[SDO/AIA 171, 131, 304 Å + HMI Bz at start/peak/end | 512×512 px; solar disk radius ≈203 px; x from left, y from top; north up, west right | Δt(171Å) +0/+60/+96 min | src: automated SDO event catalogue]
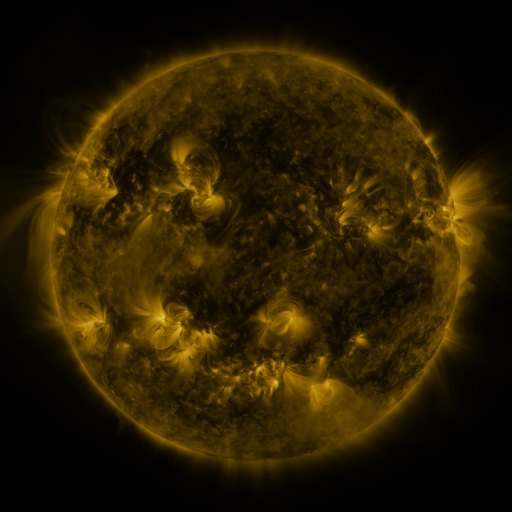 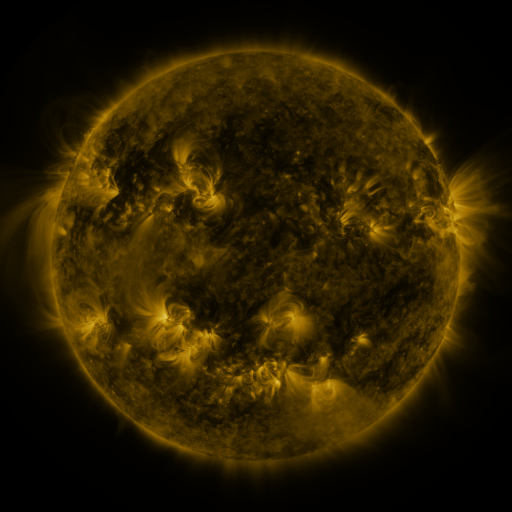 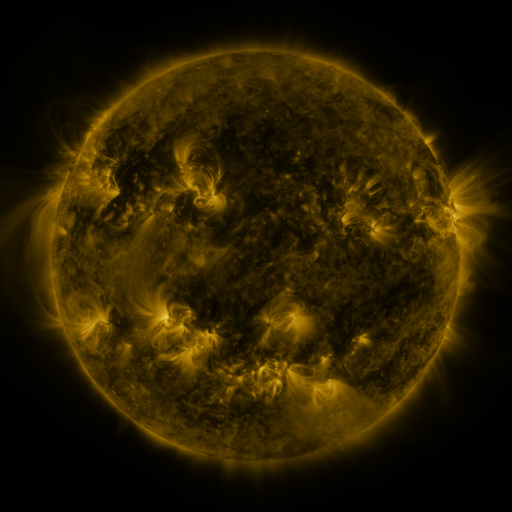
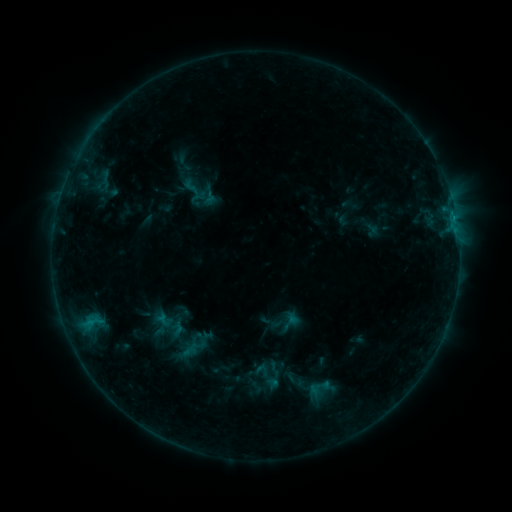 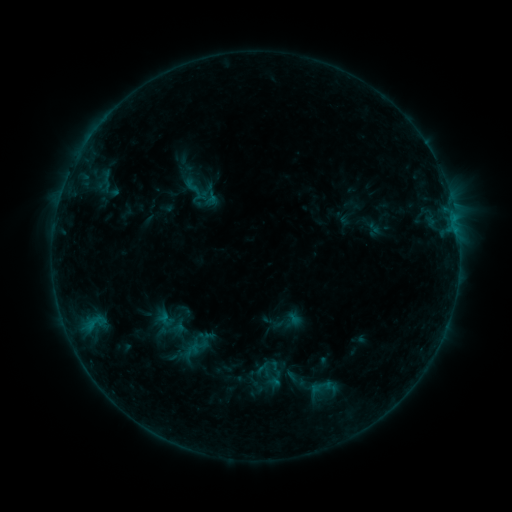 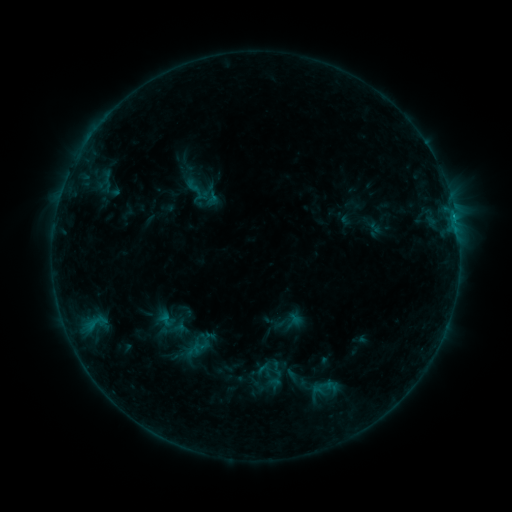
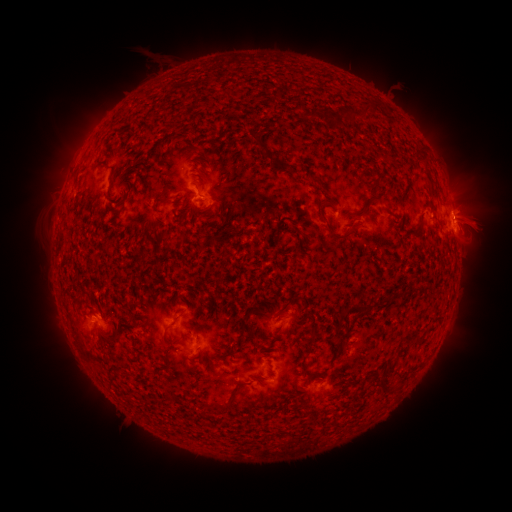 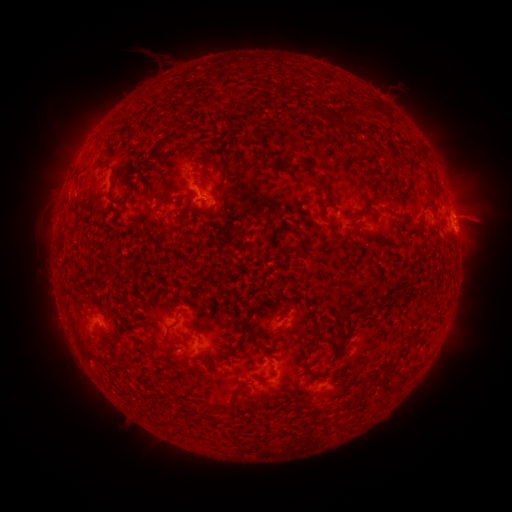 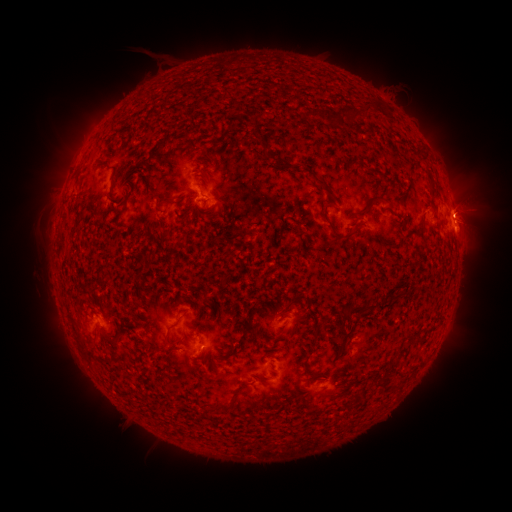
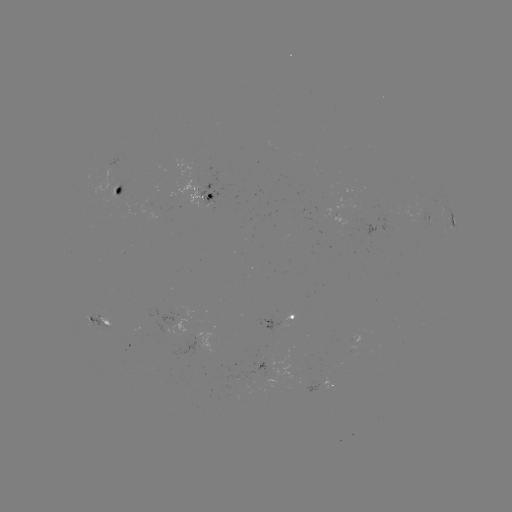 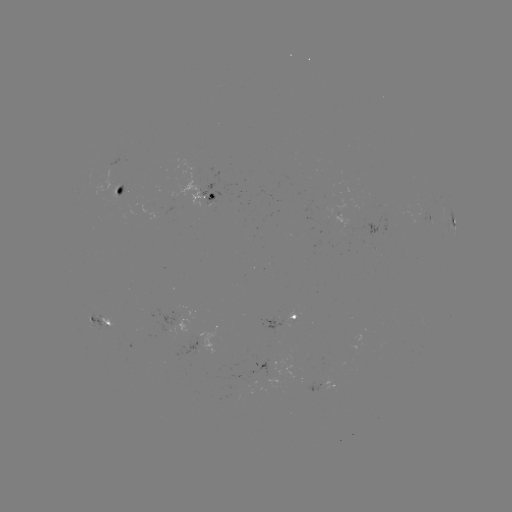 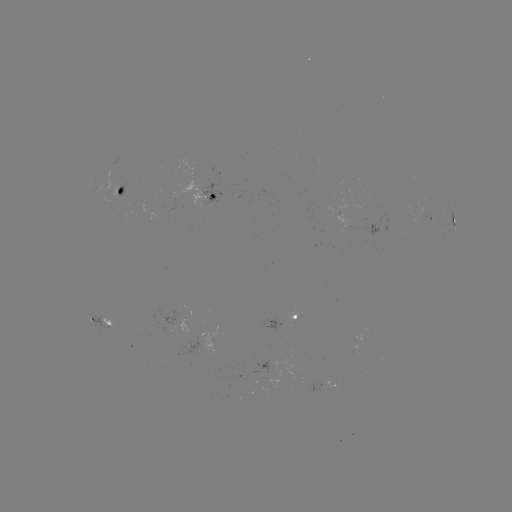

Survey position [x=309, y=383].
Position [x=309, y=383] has emerging-flux region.